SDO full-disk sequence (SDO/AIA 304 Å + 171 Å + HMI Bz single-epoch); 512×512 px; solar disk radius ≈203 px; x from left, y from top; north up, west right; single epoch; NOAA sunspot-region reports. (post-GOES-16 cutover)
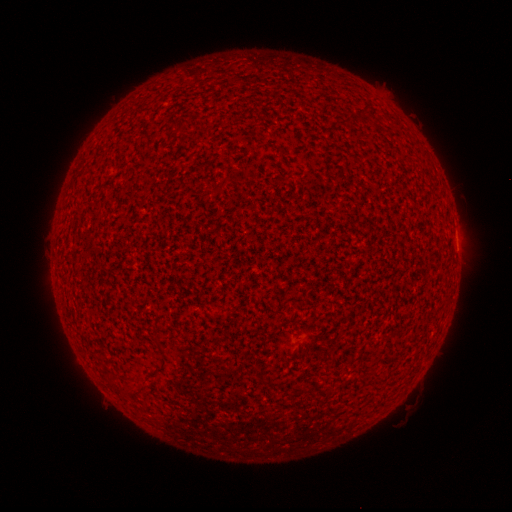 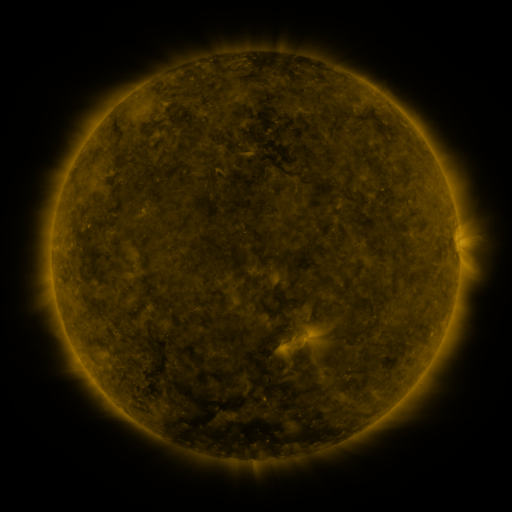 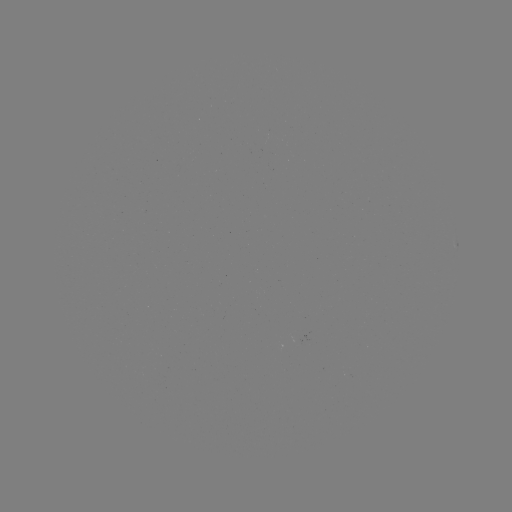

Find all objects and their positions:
spotted active region: (457, 243)
